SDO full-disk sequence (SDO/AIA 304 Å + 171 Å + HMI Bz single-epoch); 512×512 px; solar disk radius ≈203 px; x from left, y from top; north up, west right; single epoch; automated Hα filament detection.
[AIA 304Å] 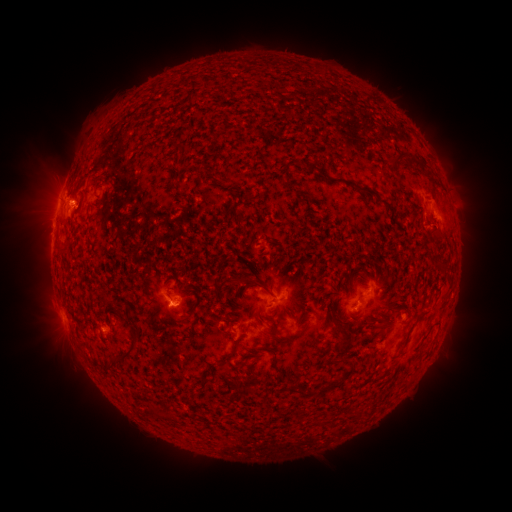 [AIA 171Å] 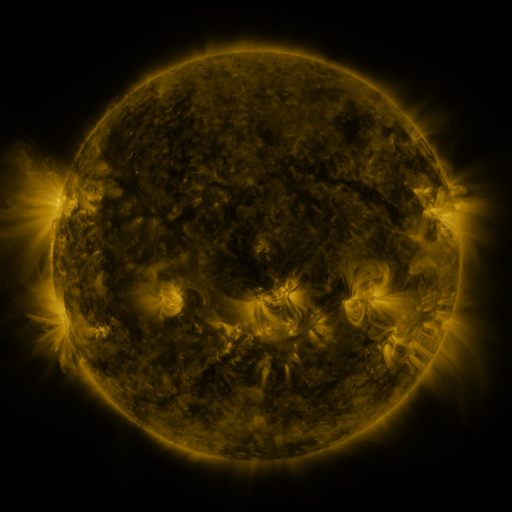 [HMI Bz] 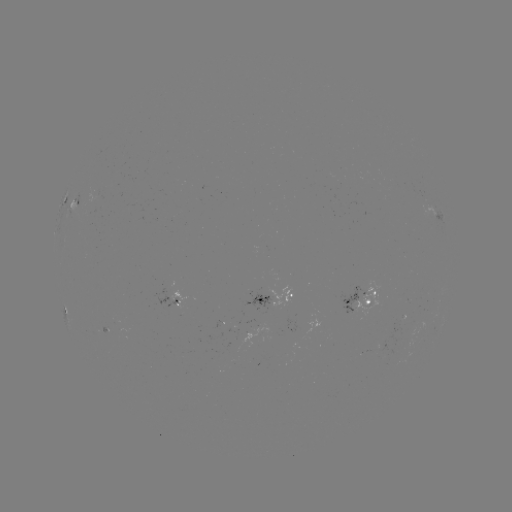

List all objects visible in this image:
filament: (177, 149)
filament: (405, 153)
filament: (349, 182)
filament: (94, 184)
filament: (64, 252)
filament: (239, 280)
filament: (128, 313)
filament: (182, 322)
filament: (275, 329)
filament: (346, 336)
filament: (294, 337)
filament: (274, 351)
filament: (233, 352)
filament: (129, 354)
filament: (341, 381)
filament: (250, 389)
filament: (157, 412)
filament: (360, 413)
filament: (321, 421)
